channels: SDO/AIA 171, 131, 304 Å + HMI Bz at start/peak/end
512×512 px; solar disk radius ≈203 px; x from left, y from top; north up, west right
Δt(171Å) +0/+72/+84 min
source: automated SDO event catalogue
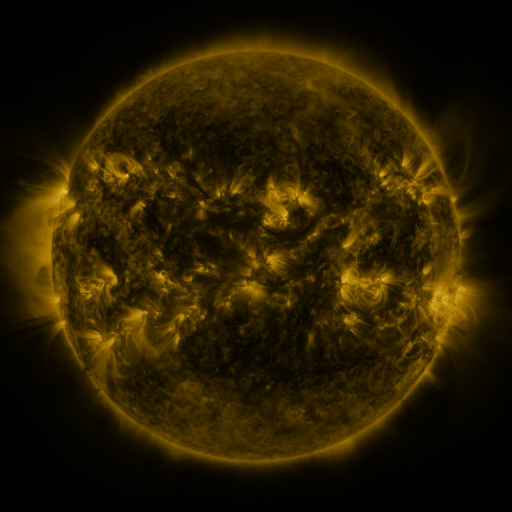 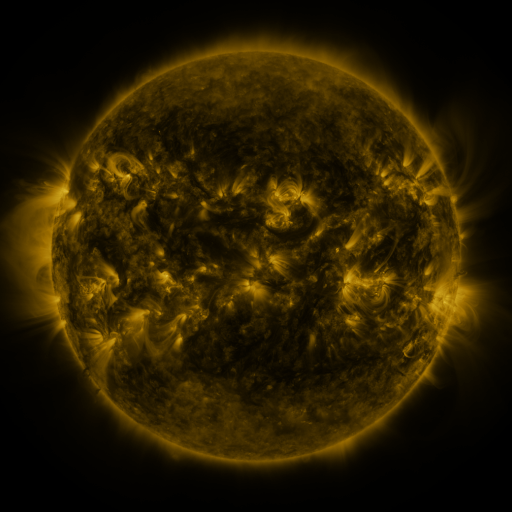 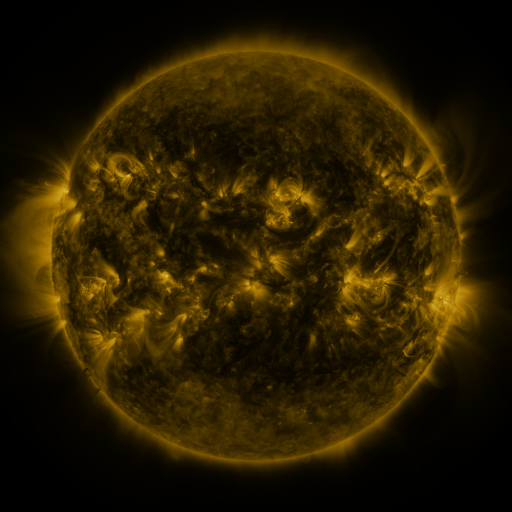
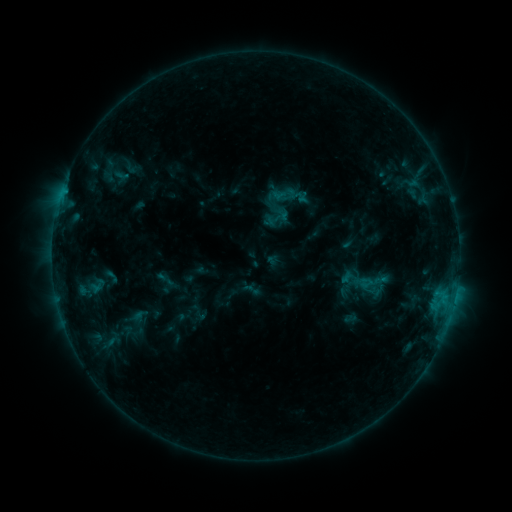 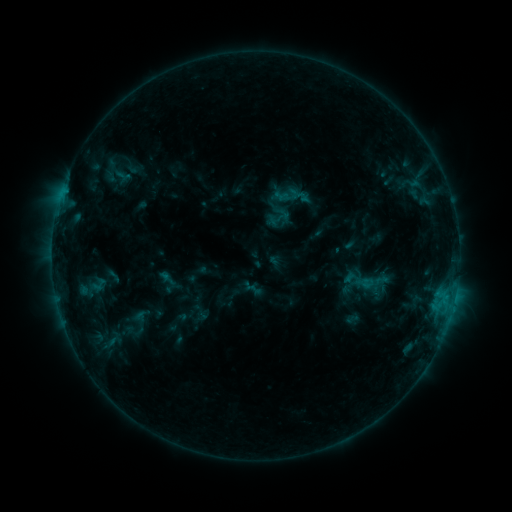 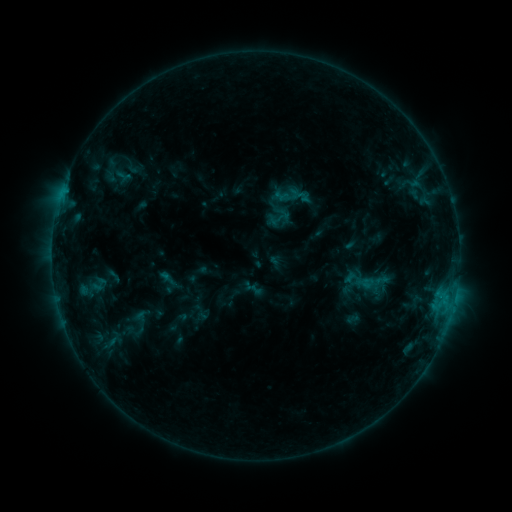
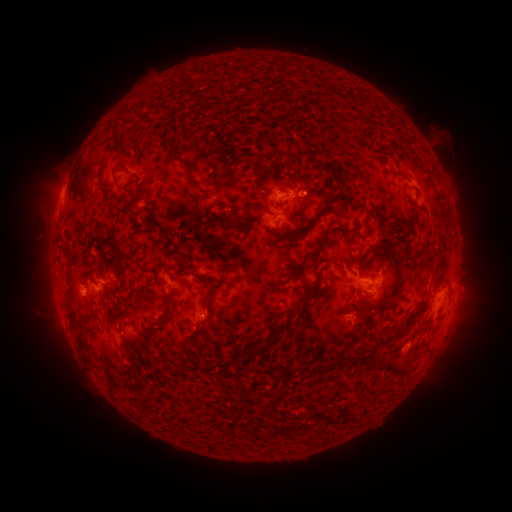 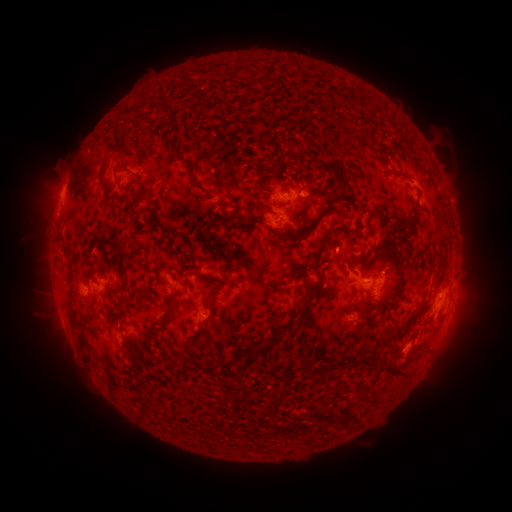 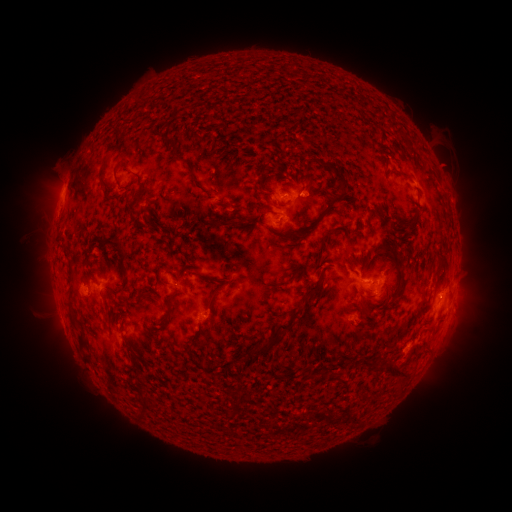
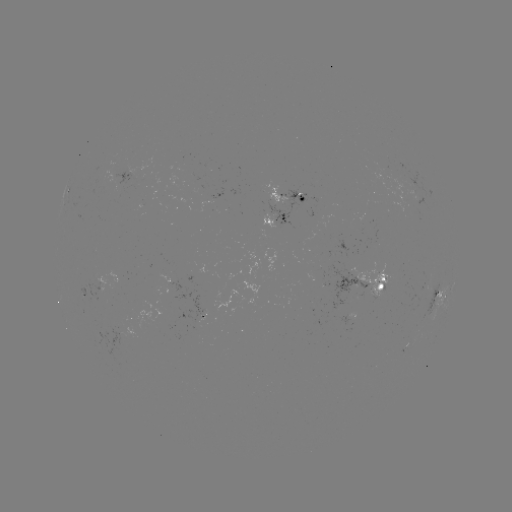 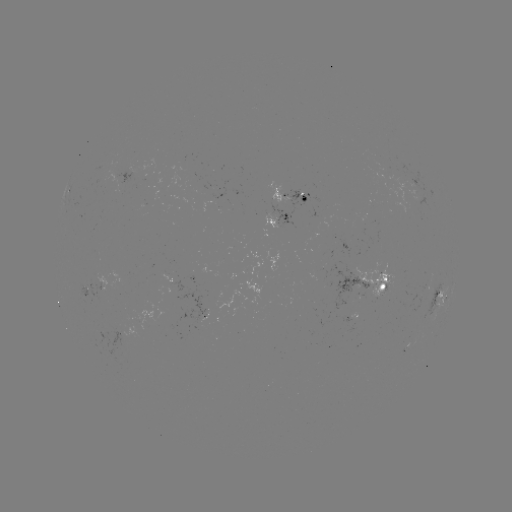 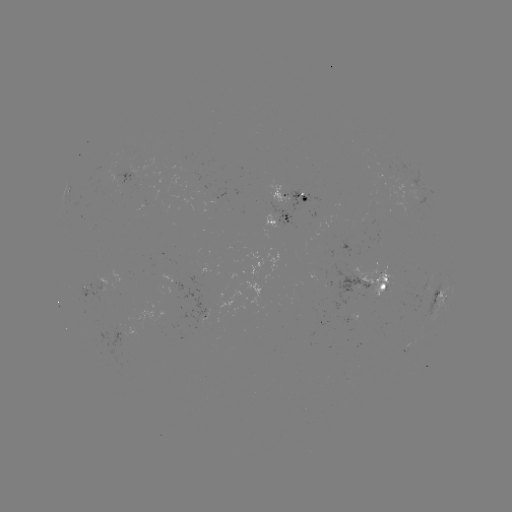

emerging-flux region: (321, 261, 368, 312)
